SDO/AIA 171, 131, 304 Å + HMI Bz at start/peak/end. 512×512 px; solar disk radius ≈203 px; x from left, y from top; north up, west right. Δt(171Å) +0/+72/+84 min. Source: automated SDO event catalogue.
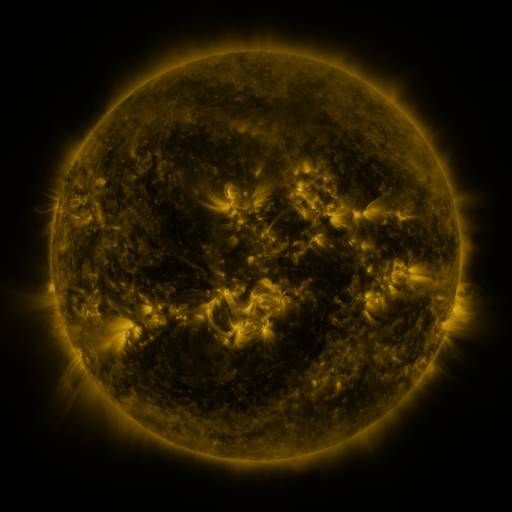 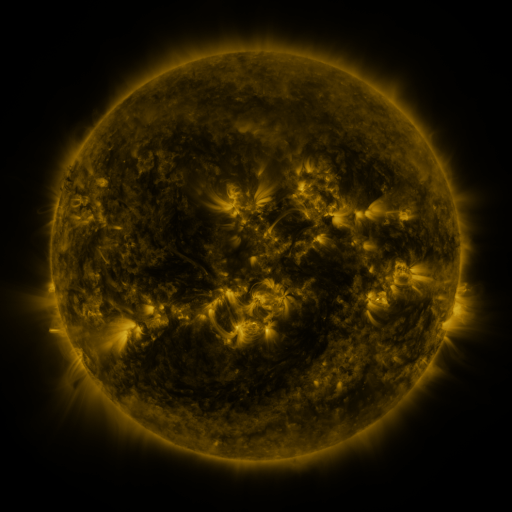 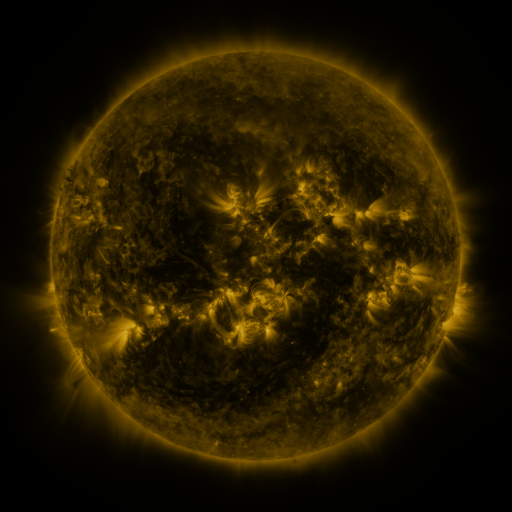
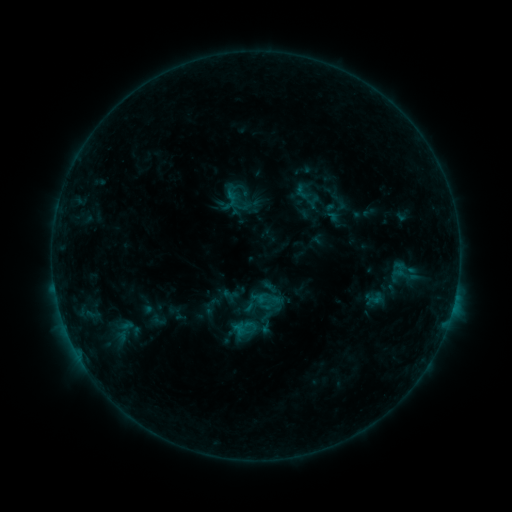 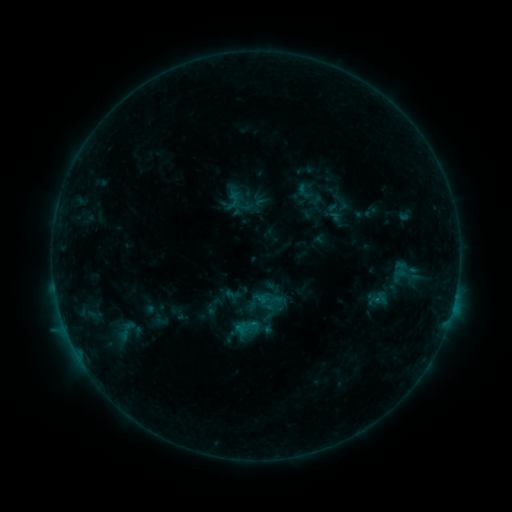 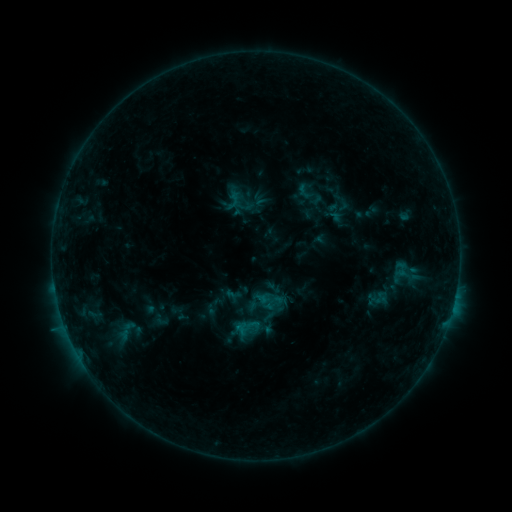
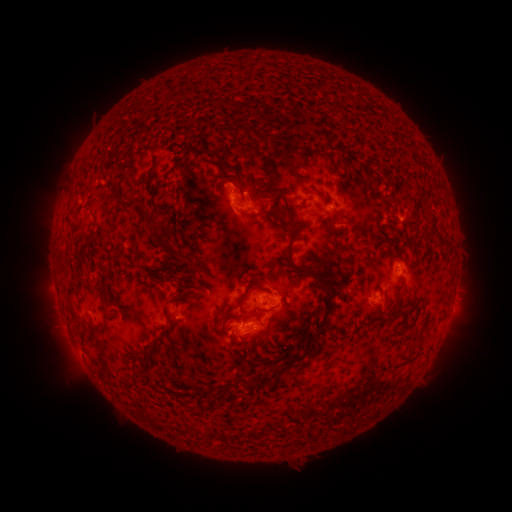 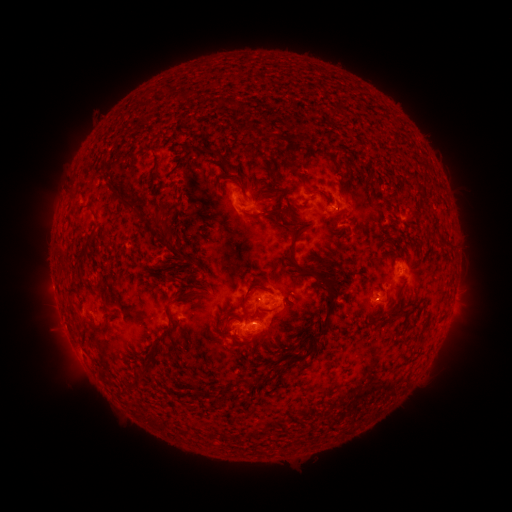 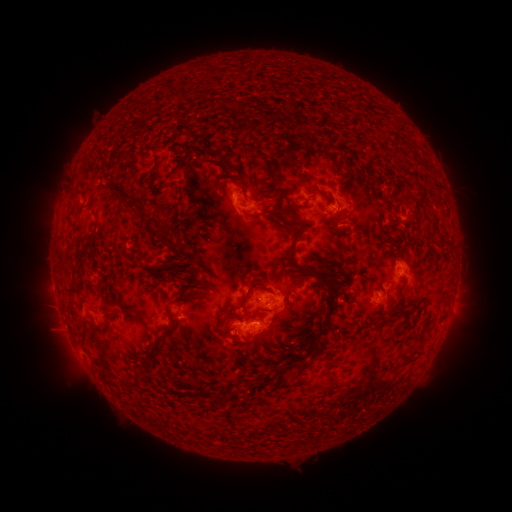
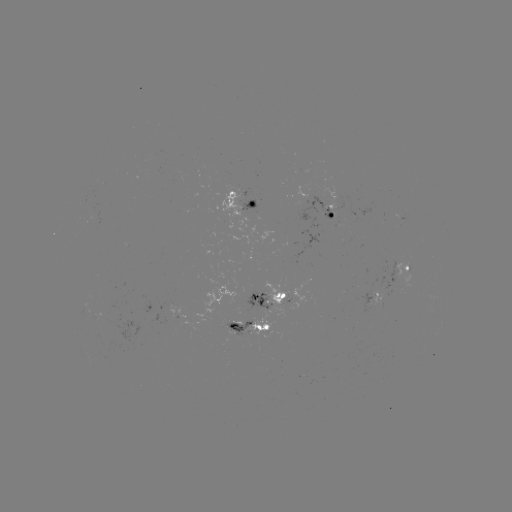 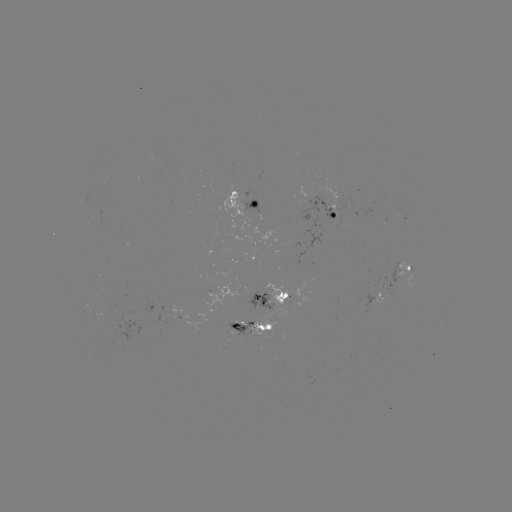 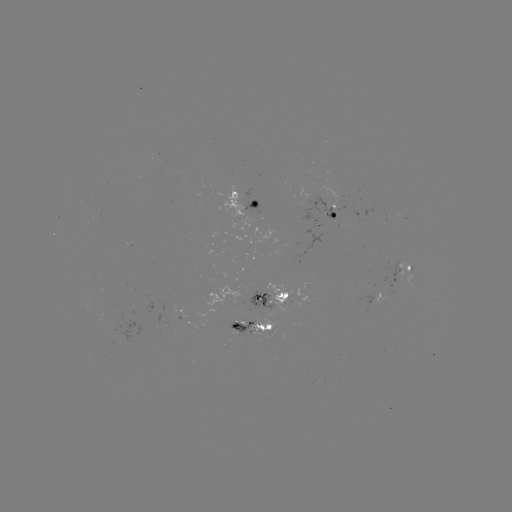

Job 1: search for emerging-flux region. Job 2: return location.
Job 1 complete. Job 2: [240, 317].